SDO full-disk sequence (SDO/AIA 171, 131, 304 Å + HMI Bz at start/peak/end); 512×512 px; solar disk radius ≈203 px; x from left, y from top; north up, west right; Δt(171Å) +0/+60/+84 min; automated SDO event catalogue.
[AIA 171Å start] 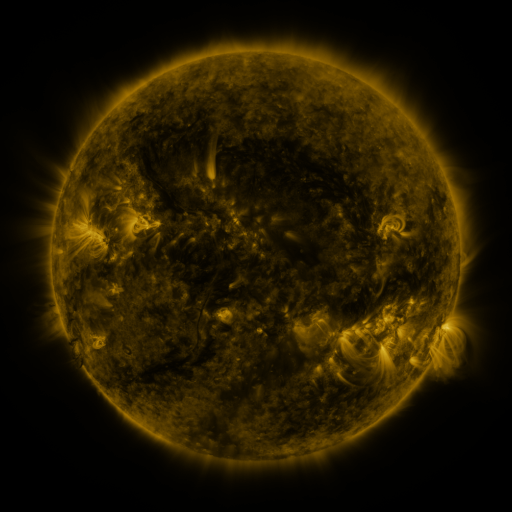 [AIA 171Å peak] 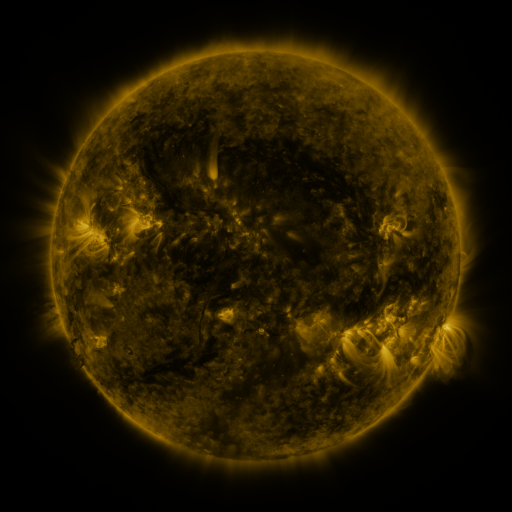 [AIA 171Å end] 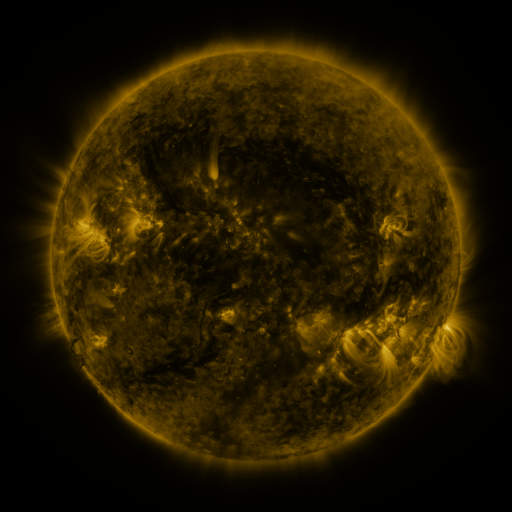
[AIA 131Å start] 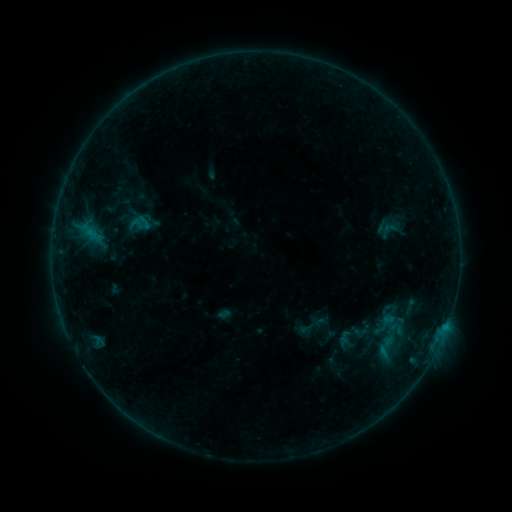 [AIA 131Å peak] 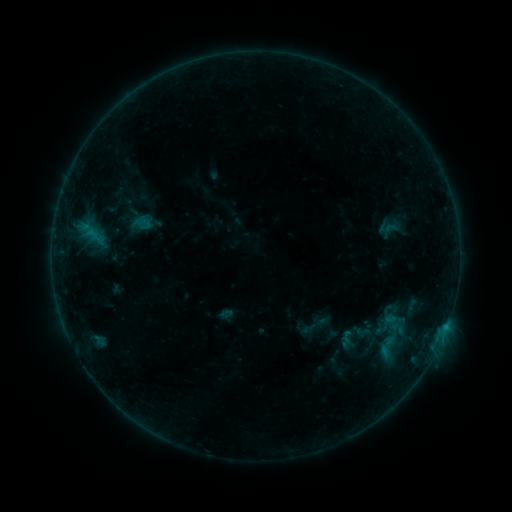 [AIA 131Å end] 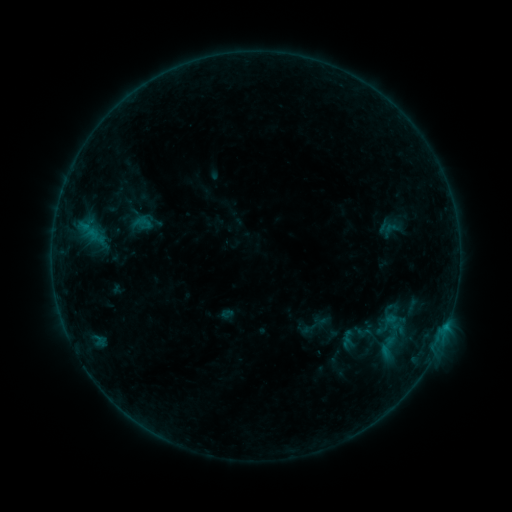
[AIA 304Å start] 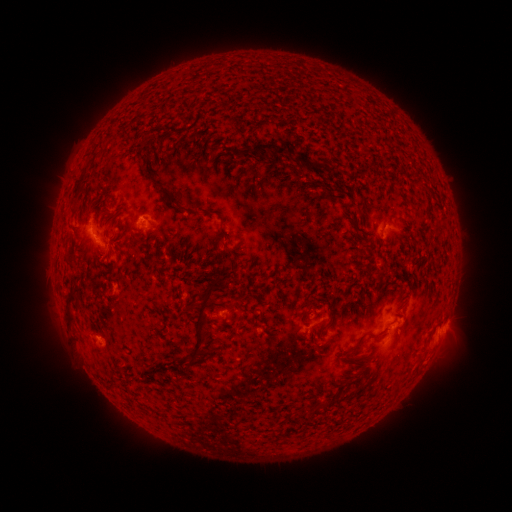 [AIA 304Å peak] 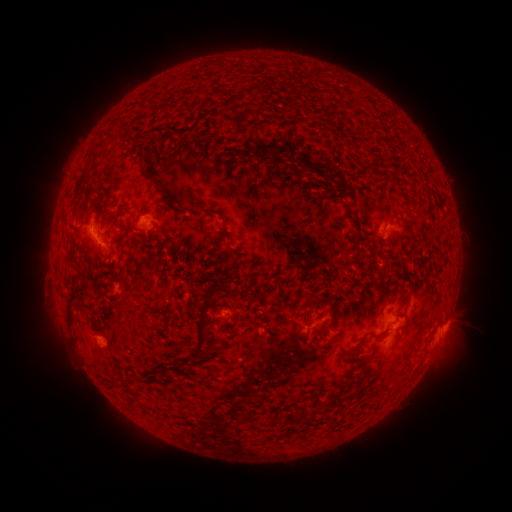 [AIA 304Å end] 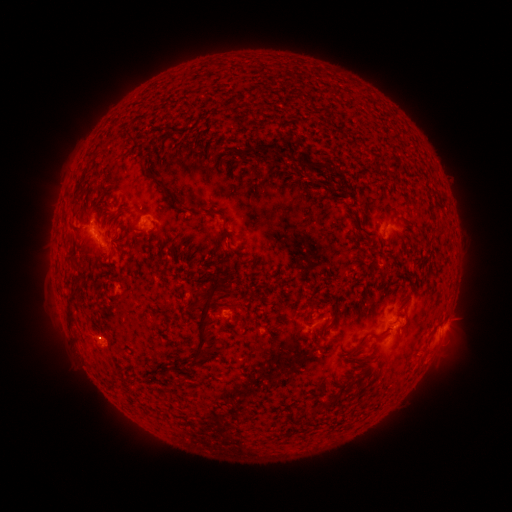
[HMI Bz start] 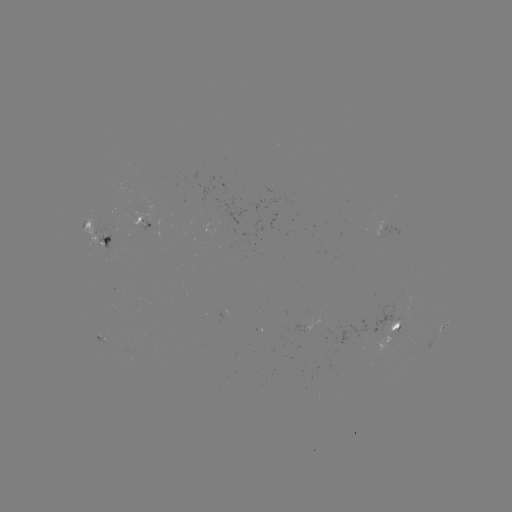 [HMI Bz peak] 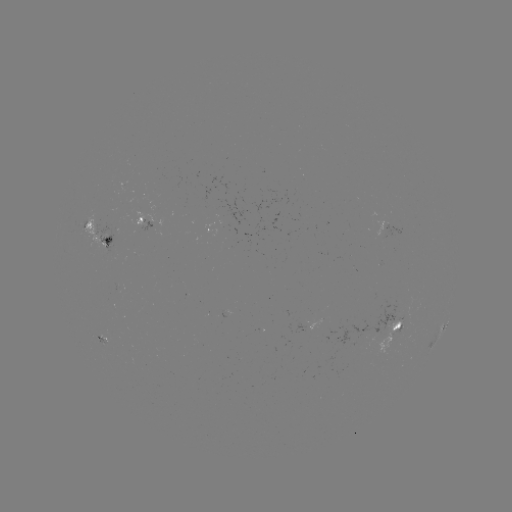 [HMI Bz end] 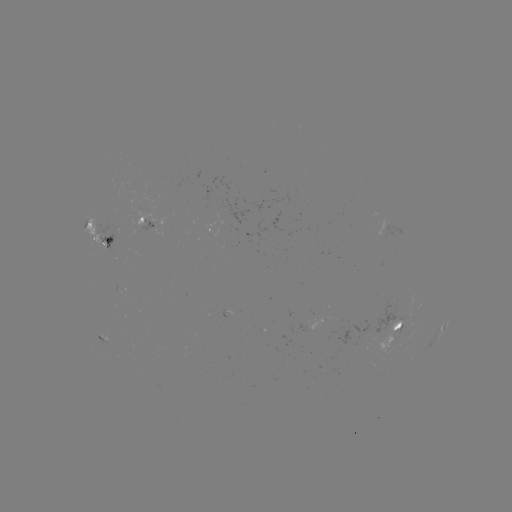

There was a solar emerging-flux region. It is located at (227, 225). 